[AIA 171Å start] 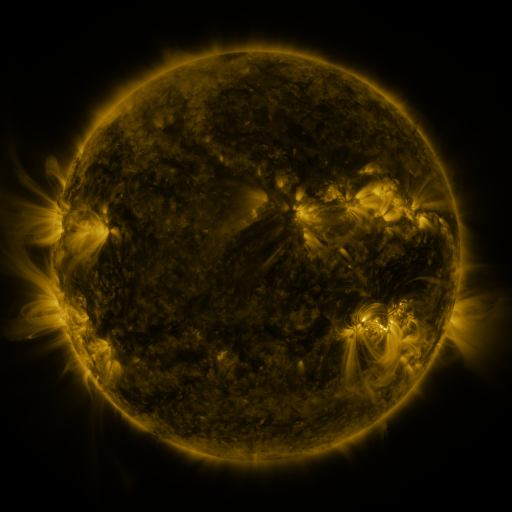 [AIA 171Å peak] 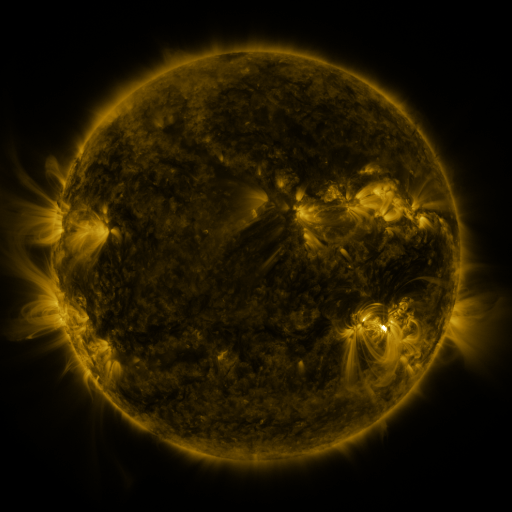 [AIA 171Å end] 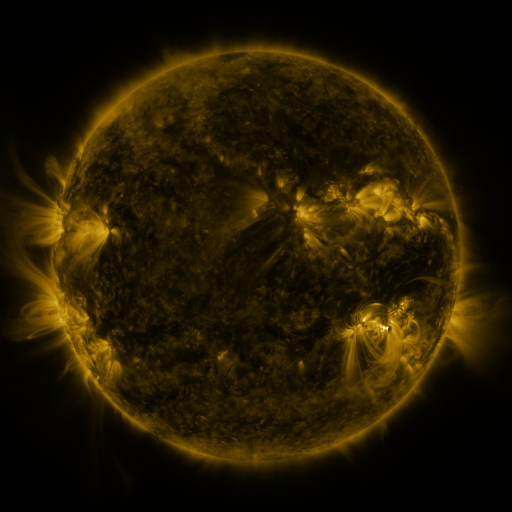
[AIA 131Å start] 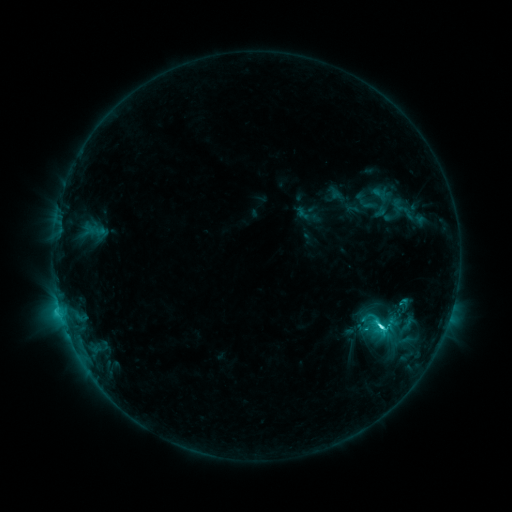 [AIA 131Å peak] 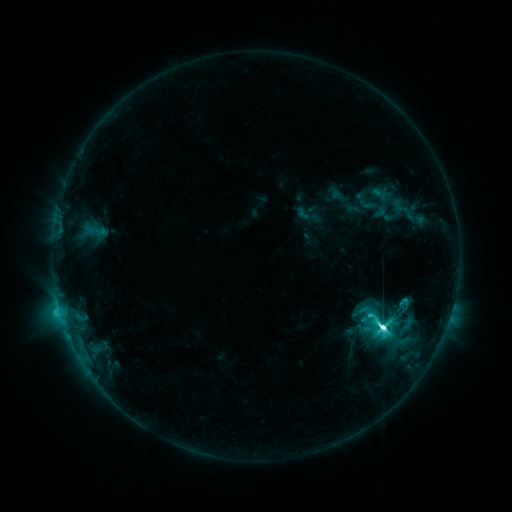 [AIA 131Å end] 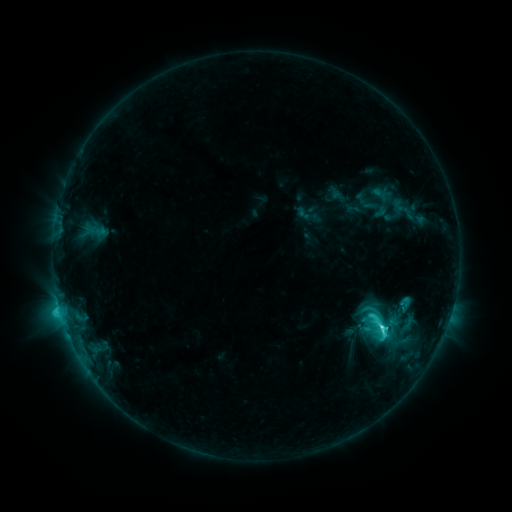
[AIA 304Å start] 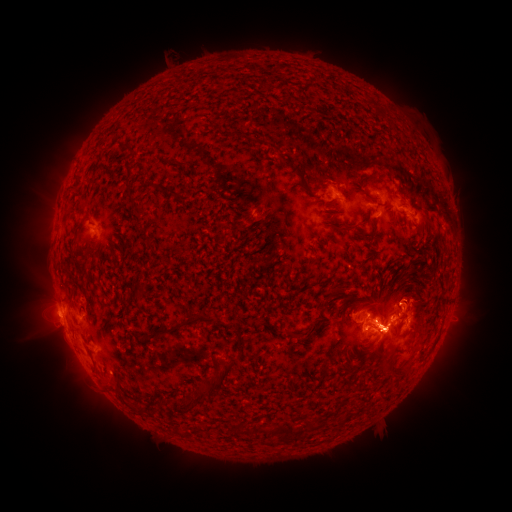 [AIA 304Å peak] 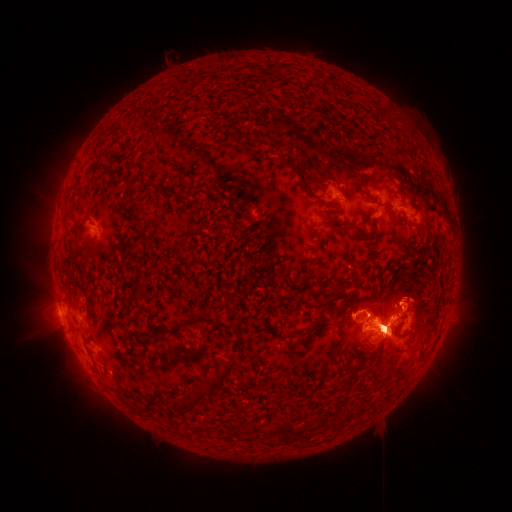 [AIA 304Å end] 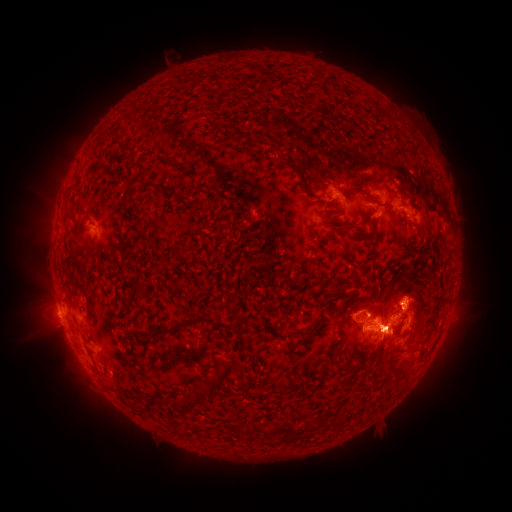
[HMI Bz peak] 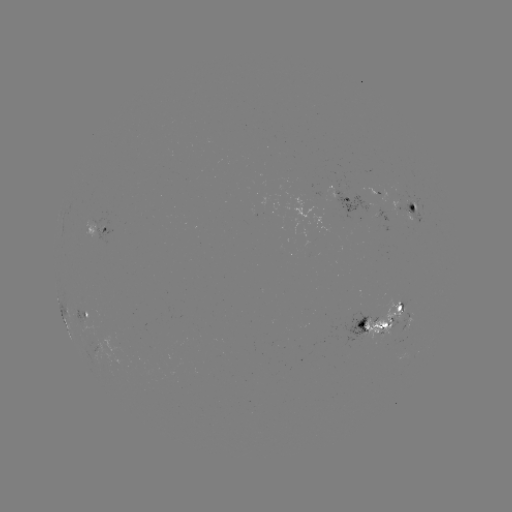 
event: flare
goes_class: M2.9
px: (378, 324)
